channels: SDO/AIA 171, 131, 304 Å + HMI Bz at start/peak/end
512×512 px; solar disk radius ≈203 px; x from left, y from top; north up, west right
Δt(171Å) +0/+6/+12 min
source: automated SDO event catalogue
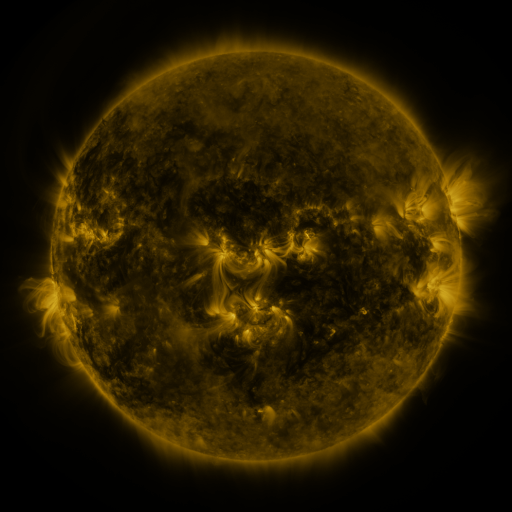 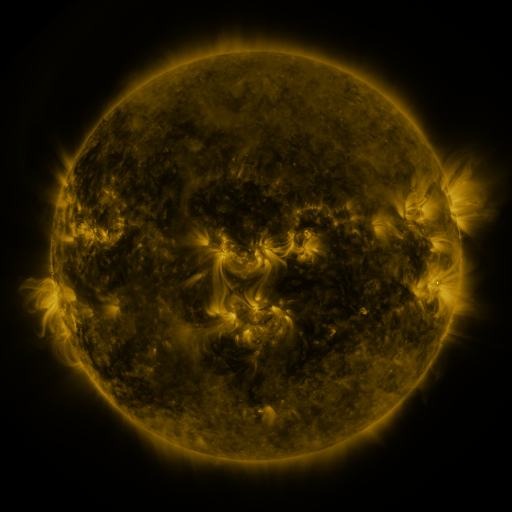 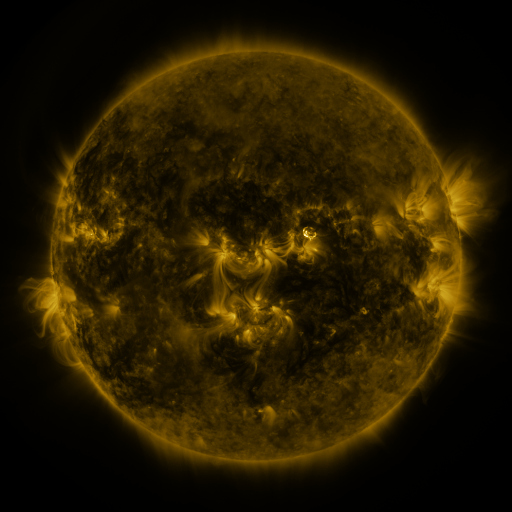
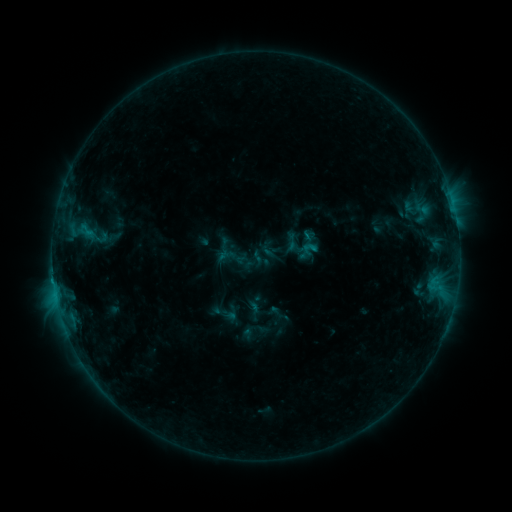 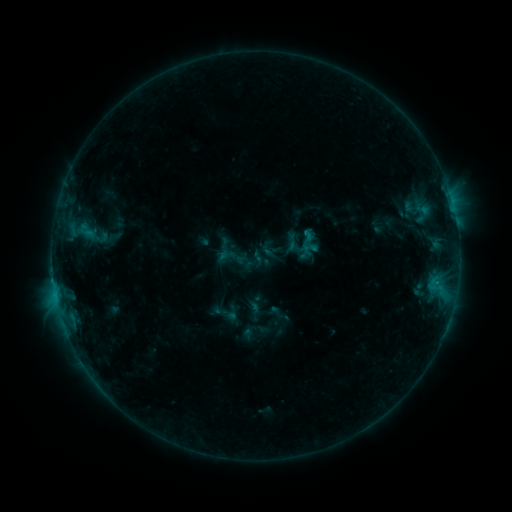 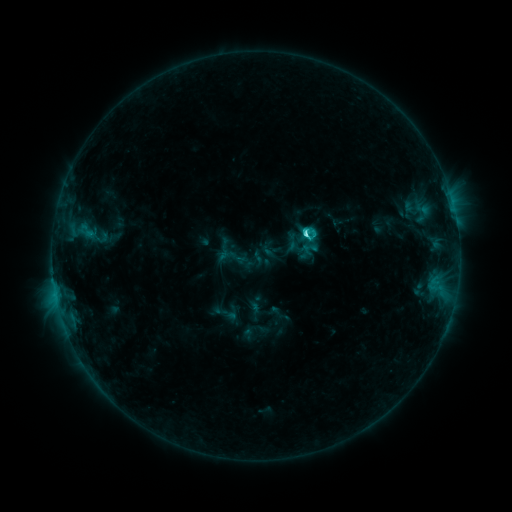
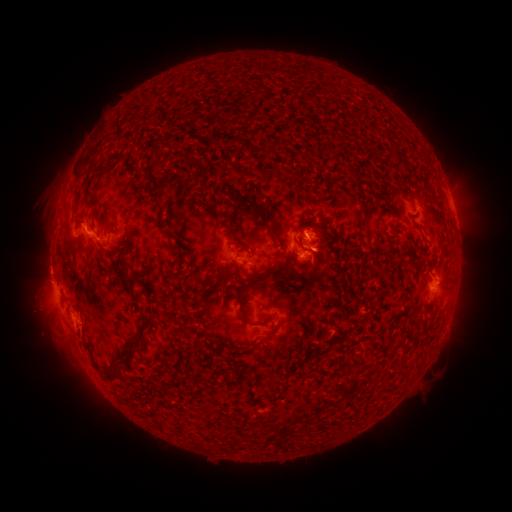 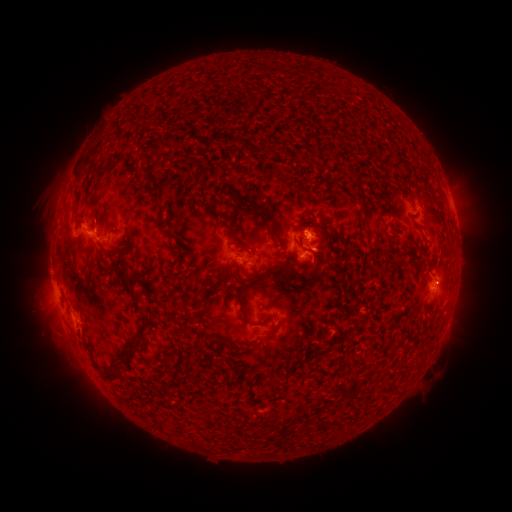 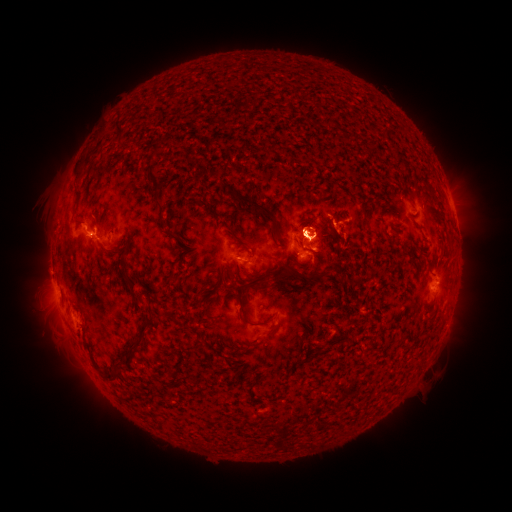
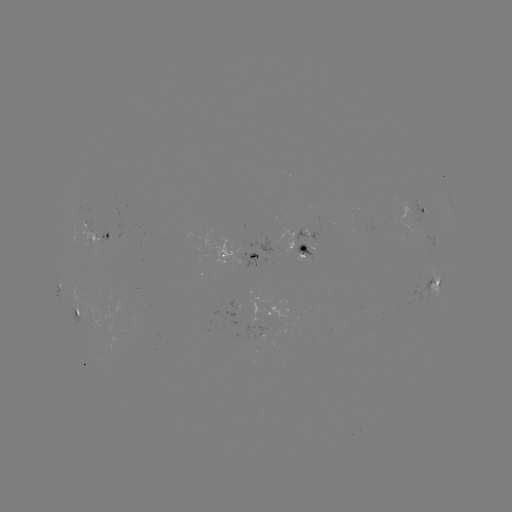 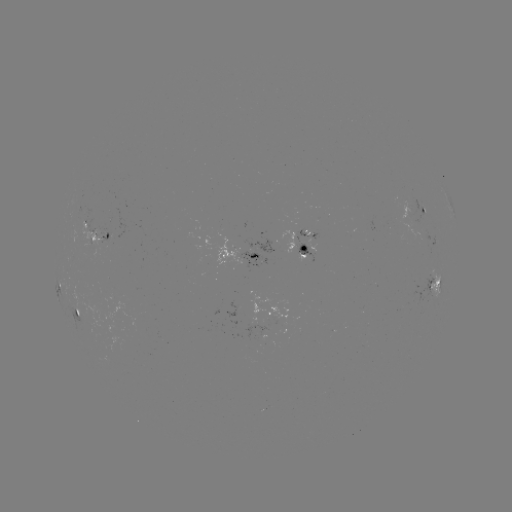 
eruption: <bbox>264, 181, 347, 262</bbox>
